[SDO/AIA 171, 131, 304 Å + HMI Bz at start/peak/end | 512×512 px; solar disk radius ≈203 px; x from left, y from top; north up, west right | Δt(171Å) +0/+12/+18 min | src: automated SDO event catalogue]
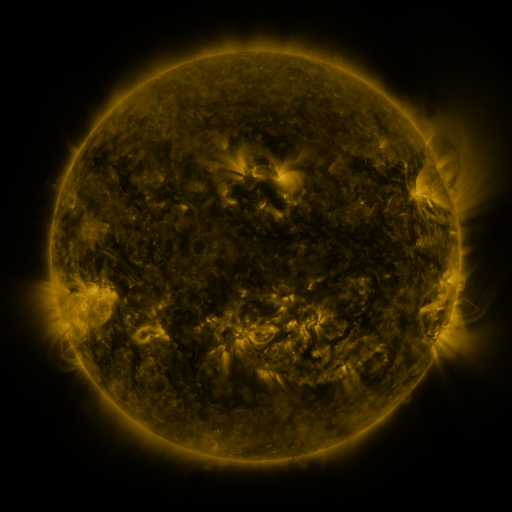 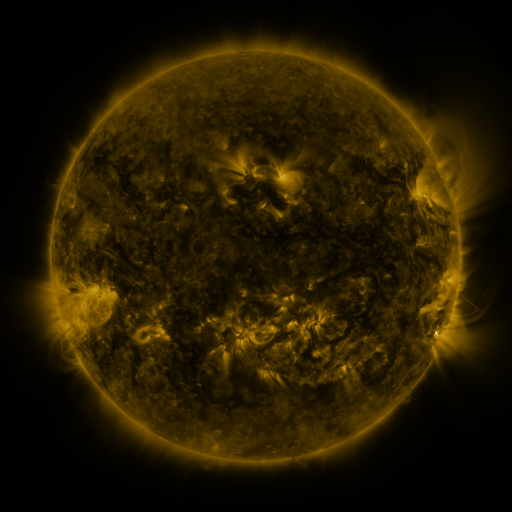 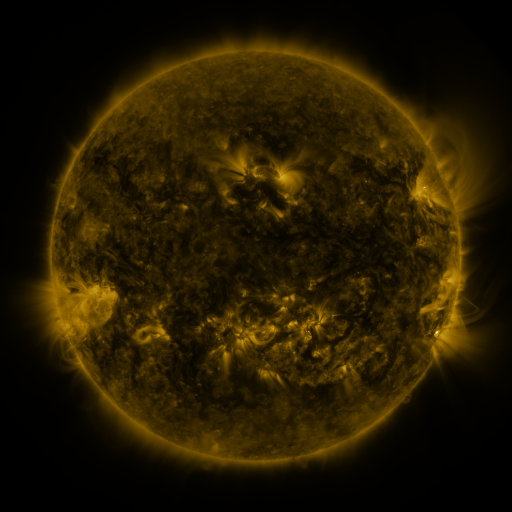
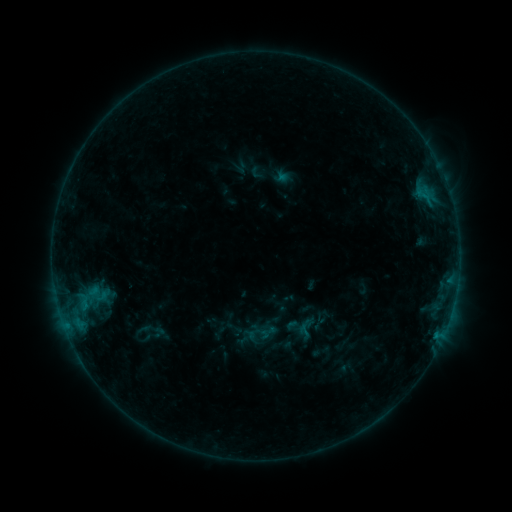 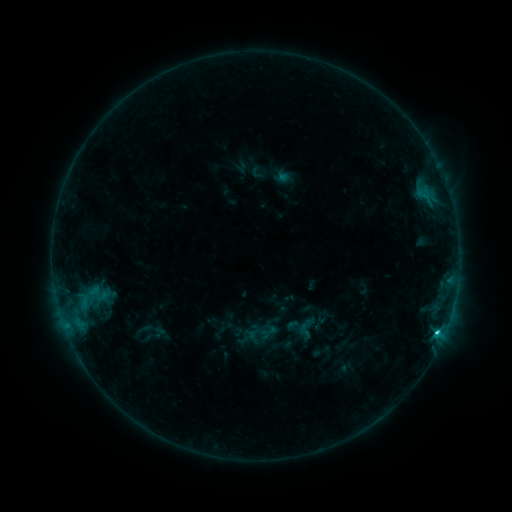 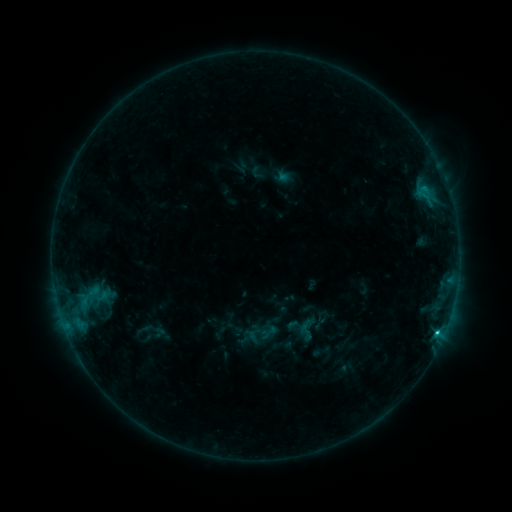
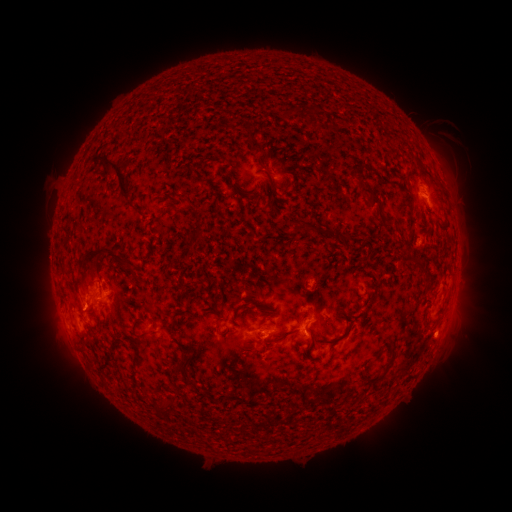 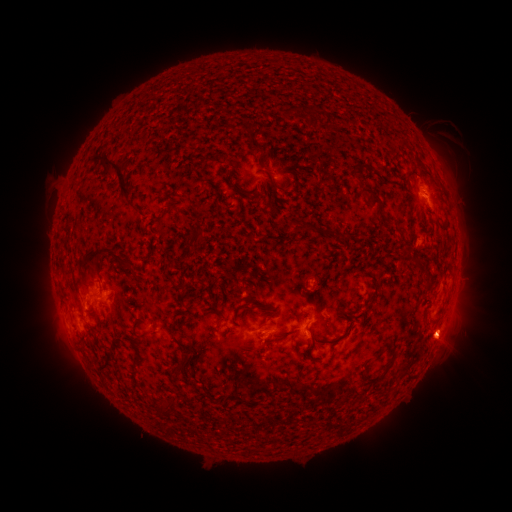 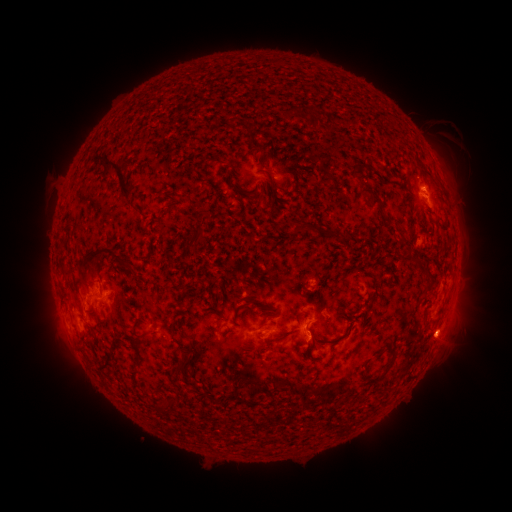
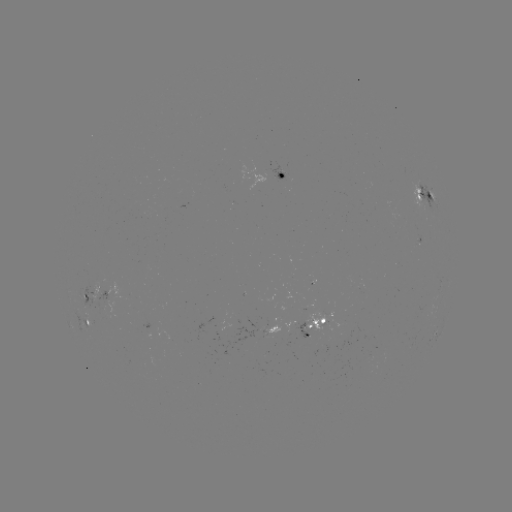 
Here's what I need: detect C1.4 flare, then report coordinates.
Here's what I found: C1.4 flare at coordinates (437, 330).